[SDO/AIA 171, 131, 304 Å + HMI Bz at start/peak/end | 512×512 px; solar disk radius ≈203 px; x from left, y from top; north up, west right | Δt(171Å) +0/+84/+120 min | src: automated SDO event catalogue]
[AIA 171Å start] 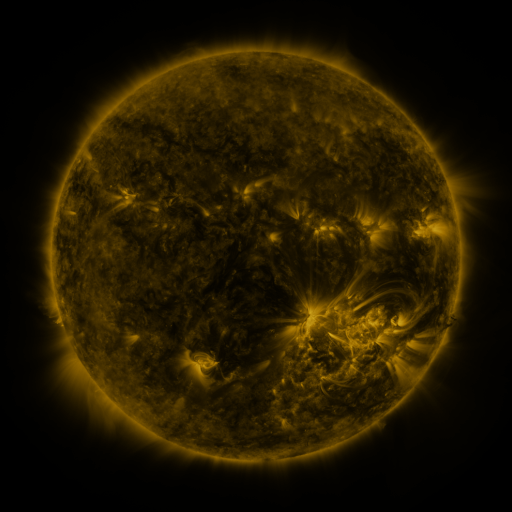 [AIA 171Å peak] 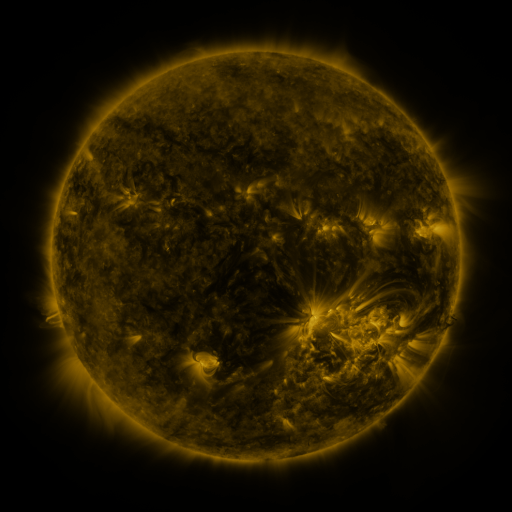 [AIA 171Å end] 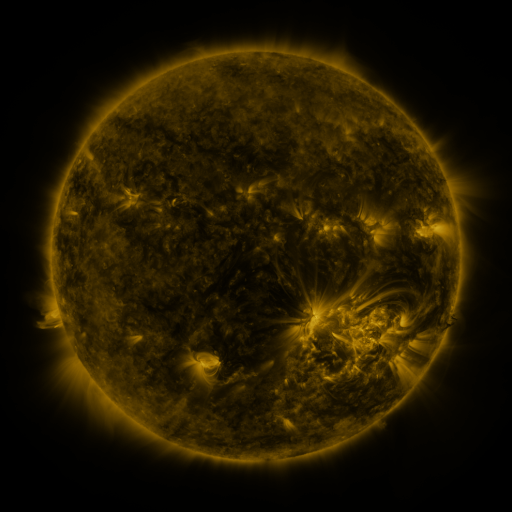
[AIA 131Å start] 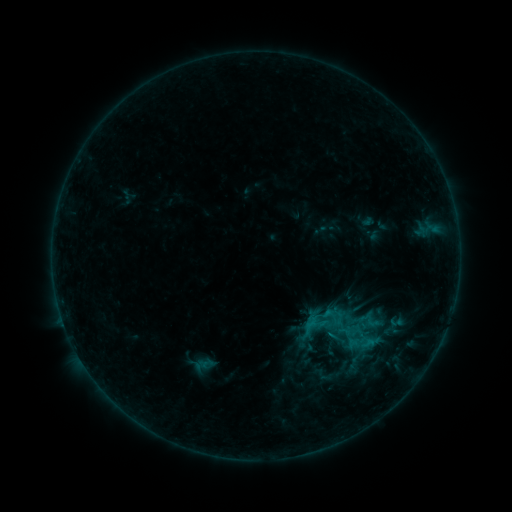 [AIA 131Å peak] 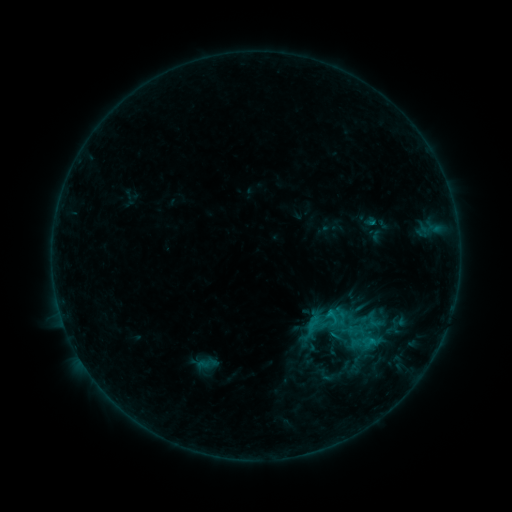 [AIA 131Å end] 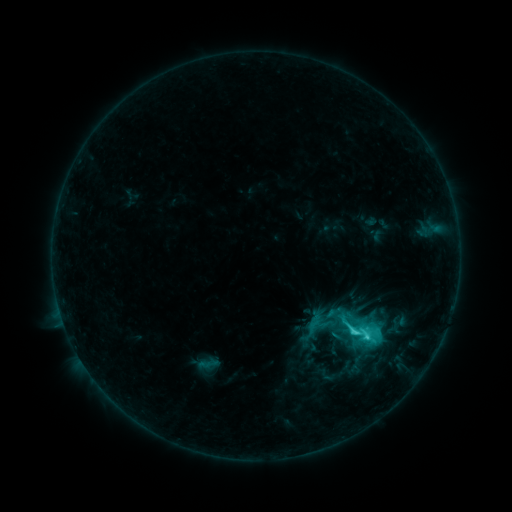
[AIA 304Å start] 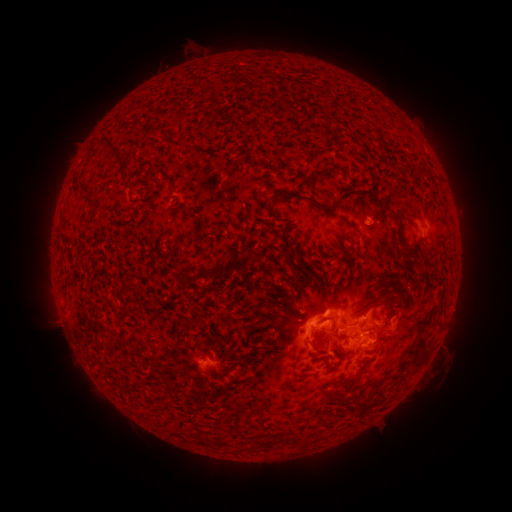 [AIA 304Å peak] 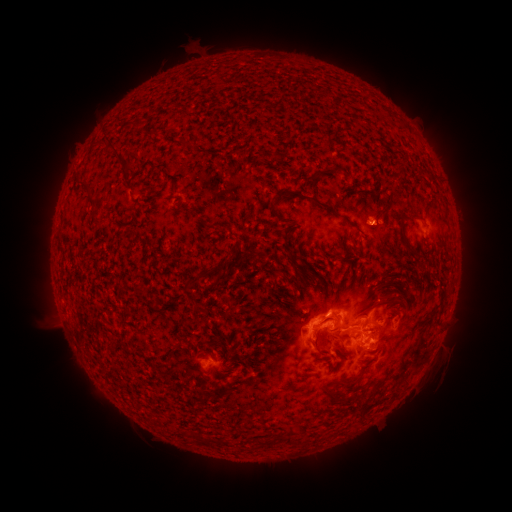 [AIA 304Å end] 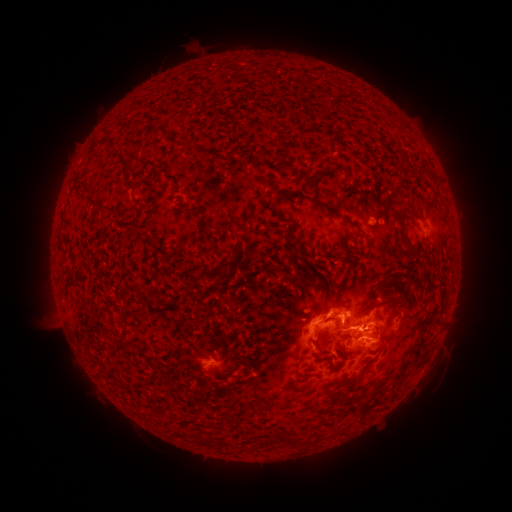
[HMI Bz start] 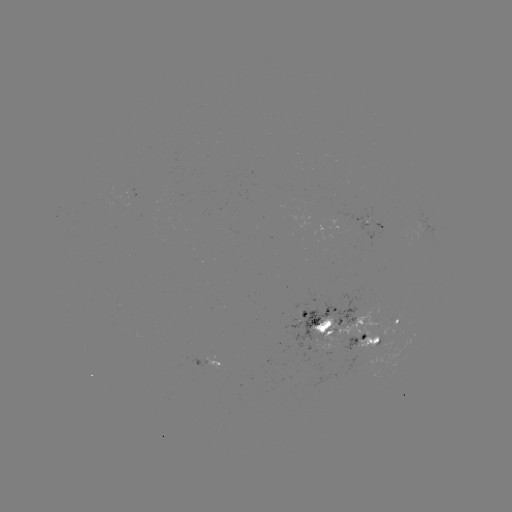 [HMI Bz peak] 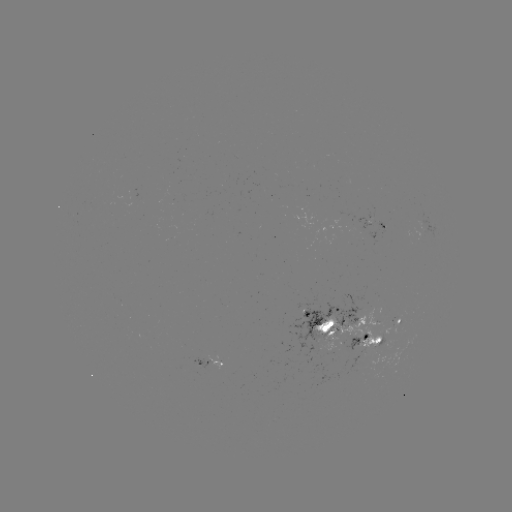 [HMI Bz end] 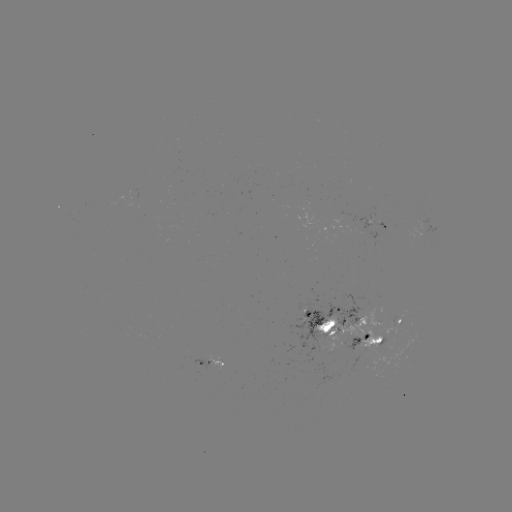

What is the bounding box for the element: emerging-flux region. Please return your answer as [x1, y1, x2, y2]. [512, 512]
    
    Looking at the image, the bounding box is [313, 306, 398, 353].